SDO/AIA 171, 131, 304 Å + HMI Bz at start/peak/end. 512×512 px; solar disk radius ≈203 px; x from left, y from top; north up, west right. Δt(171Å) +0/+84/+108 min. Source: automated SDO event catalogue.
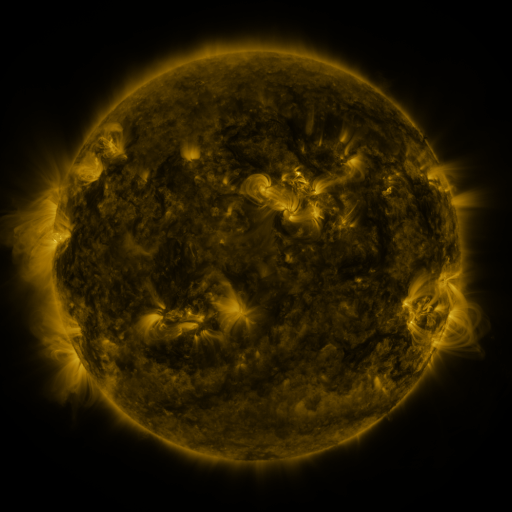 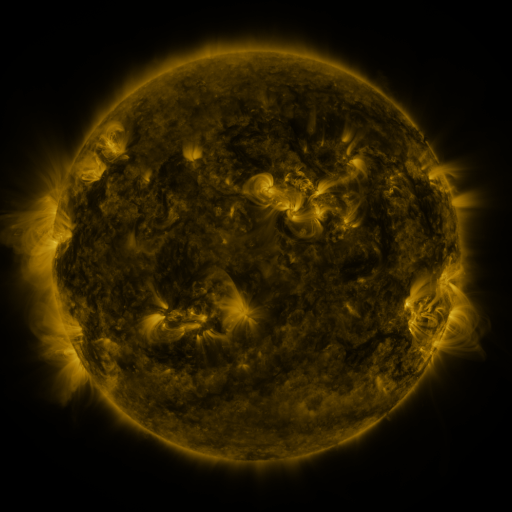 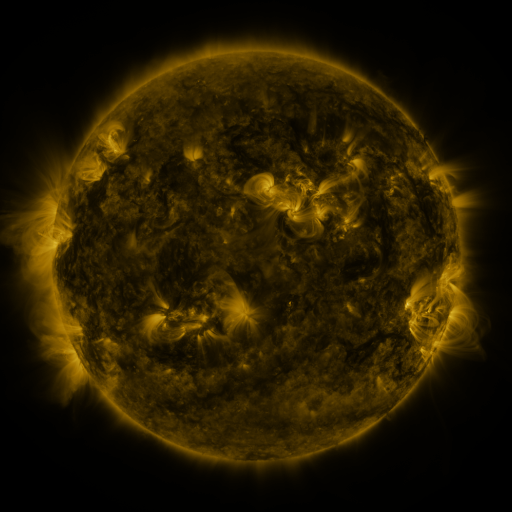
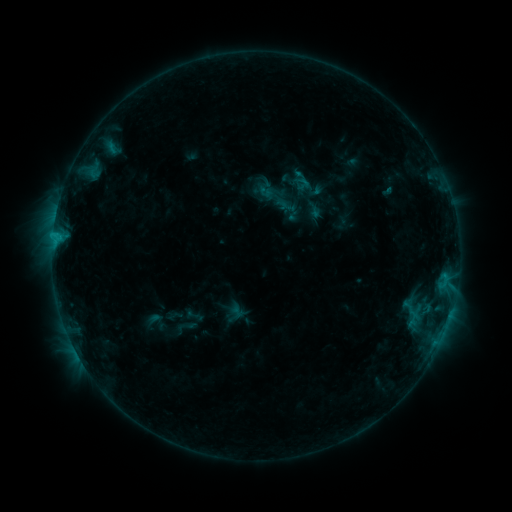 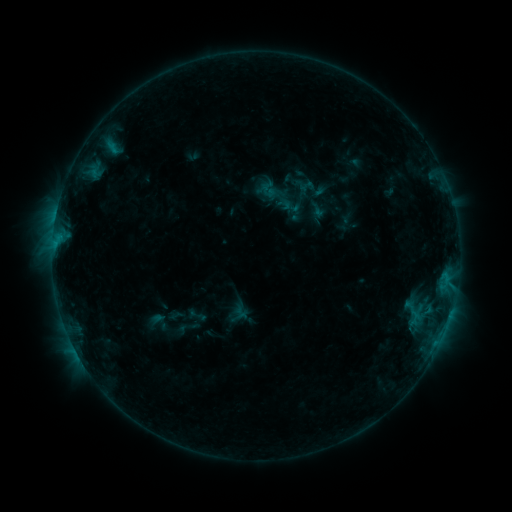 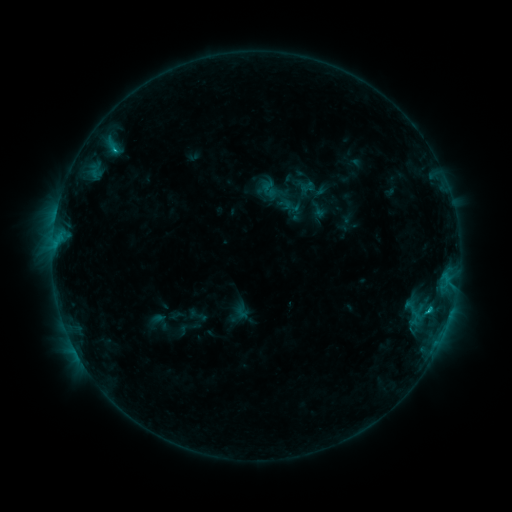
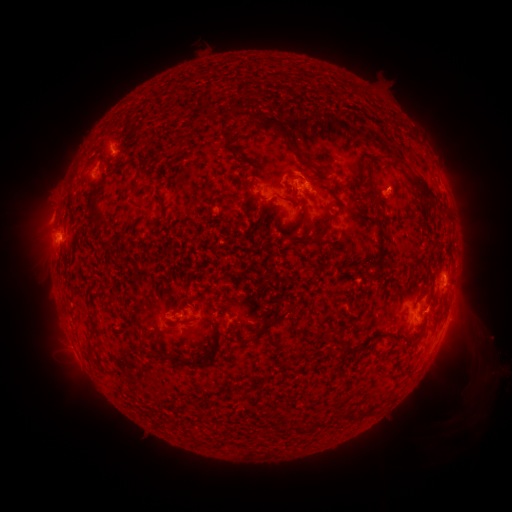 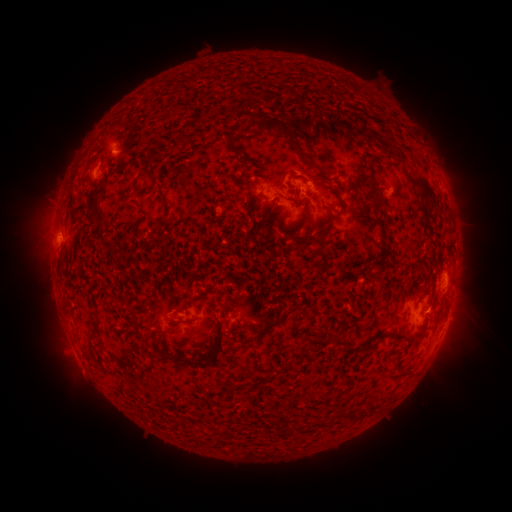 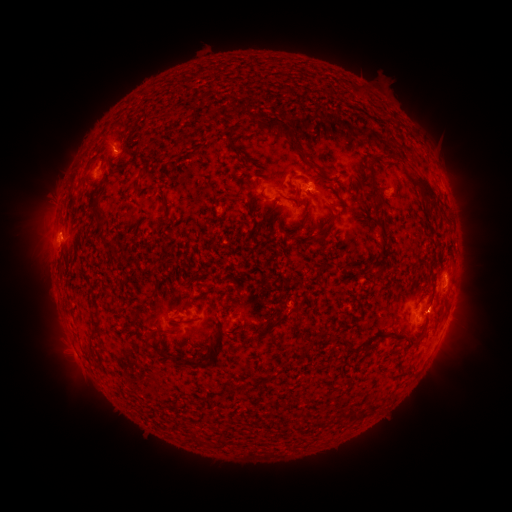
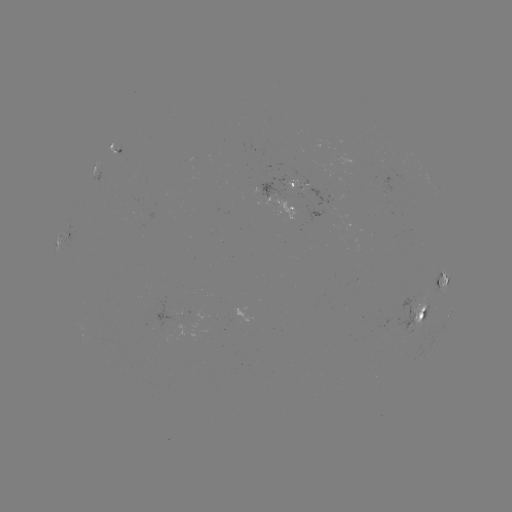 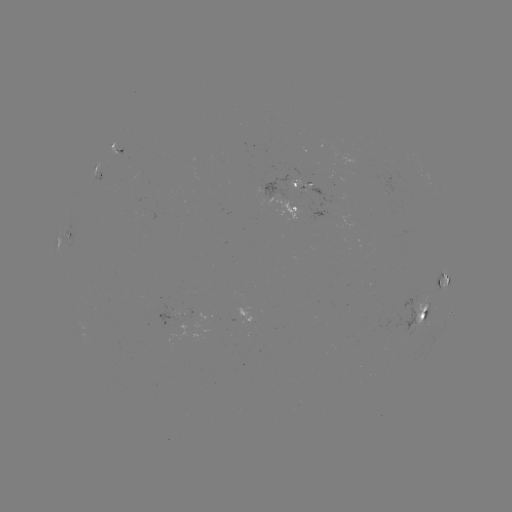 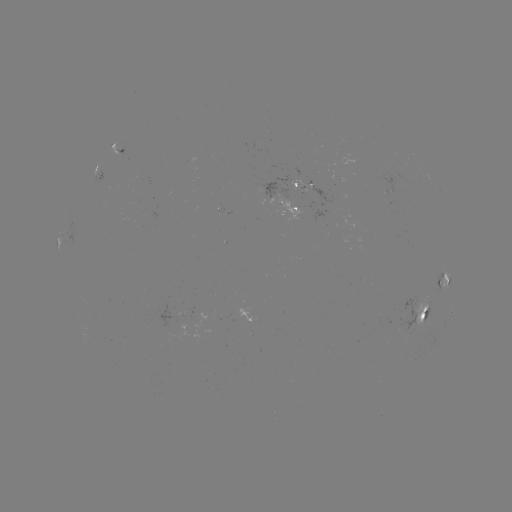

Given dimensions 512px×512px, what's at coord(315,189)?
emerging-flux region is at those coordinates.